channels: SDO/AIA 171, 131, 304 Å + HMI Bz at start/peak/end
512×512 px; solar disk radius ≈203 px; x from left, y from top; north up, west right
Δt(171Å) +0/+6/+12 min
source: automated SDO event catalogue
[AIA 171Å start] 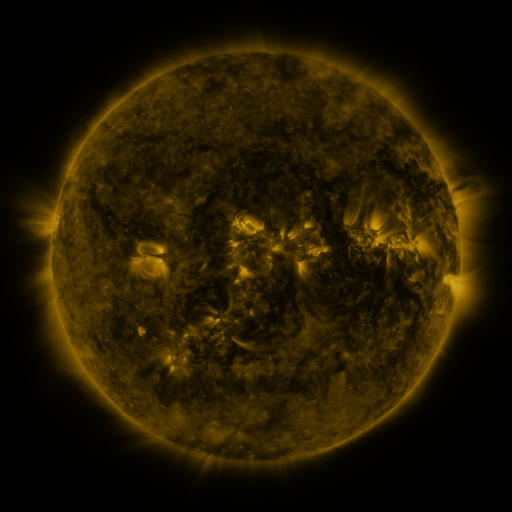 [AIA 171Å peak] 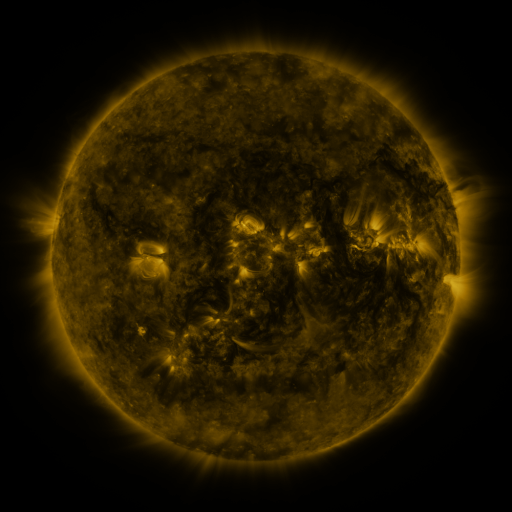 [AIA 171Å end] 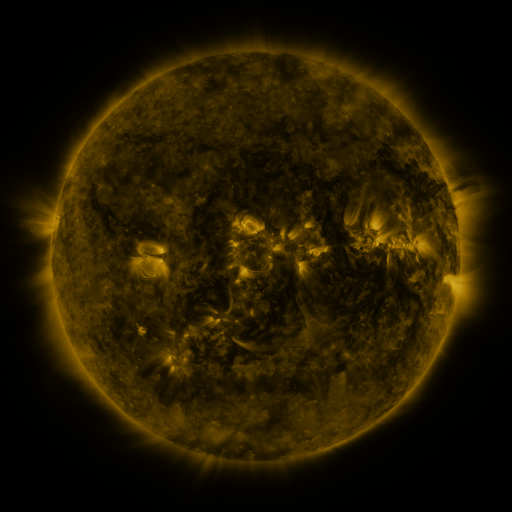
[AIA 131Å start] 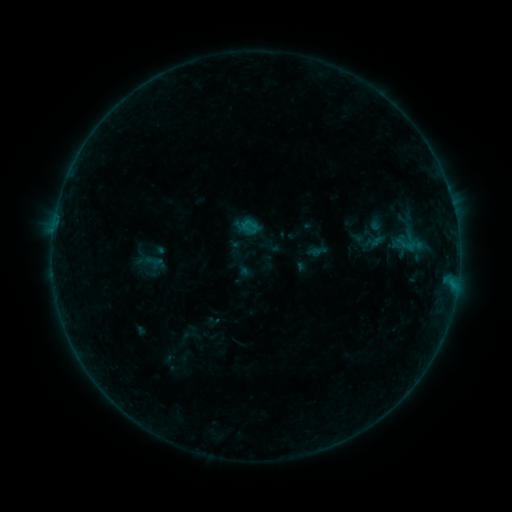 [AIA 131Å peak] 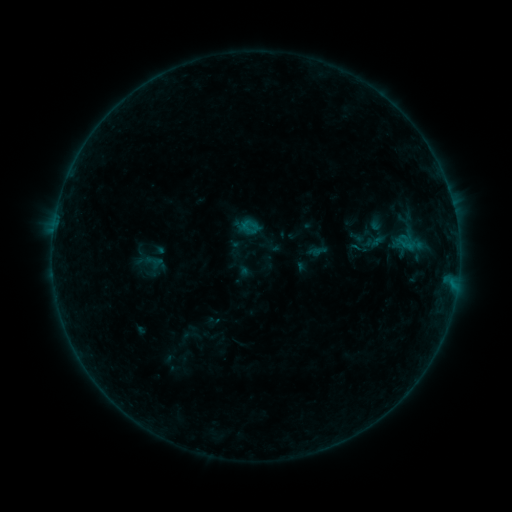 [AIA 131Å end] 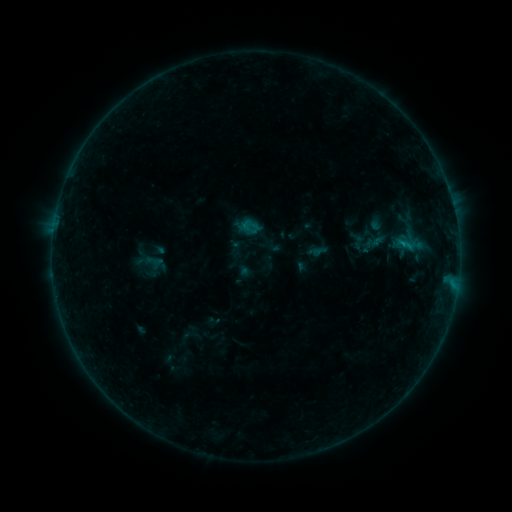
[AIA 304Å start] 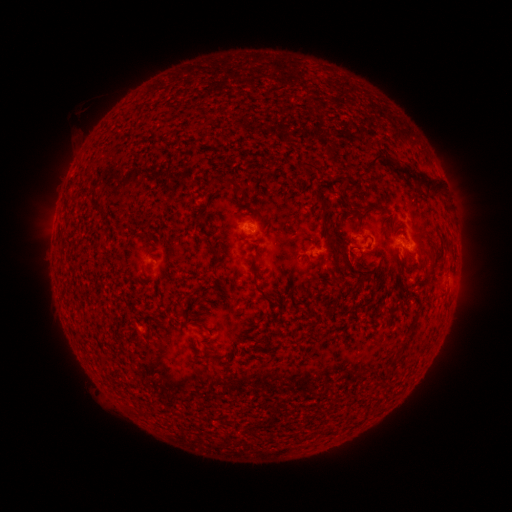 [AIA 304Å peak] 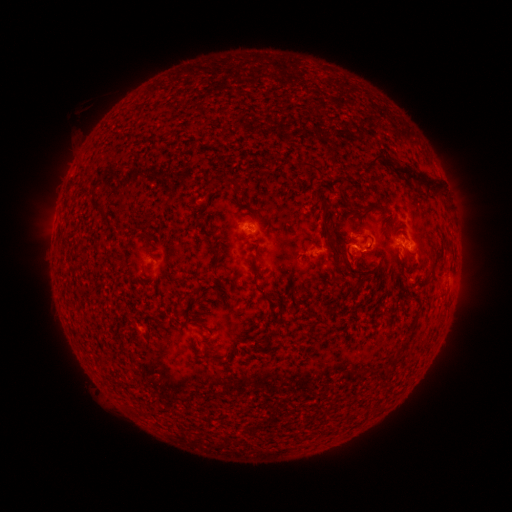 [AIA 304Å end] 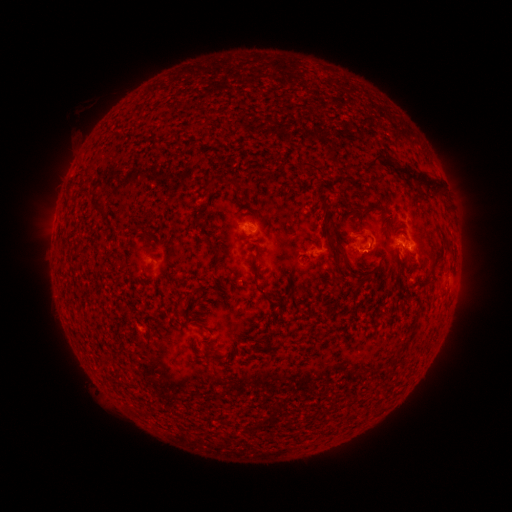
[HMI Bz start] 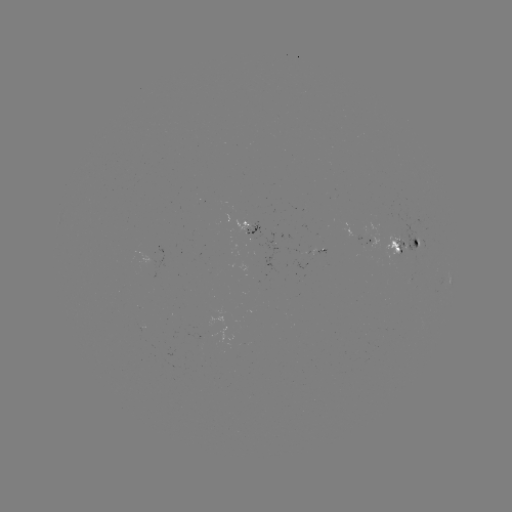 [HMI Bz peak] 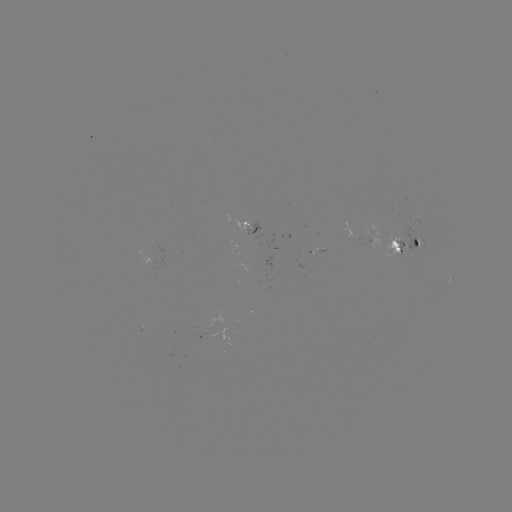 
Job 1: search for B3.9 flare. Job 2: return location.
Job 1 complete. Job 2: [403, 245].